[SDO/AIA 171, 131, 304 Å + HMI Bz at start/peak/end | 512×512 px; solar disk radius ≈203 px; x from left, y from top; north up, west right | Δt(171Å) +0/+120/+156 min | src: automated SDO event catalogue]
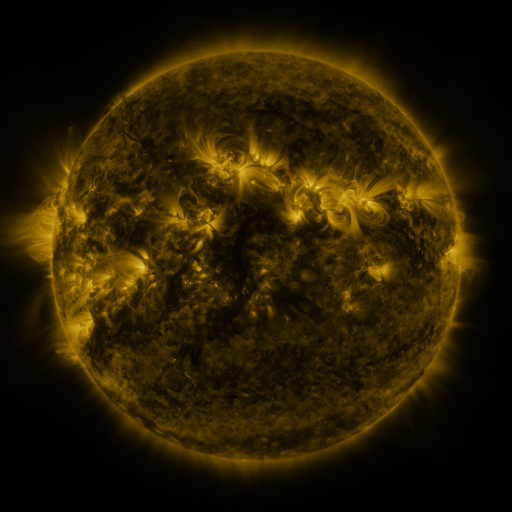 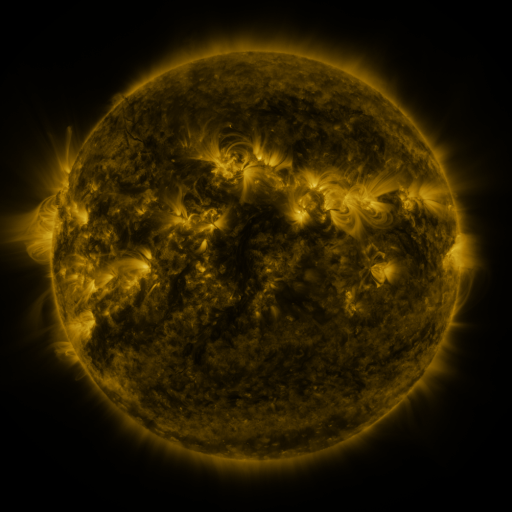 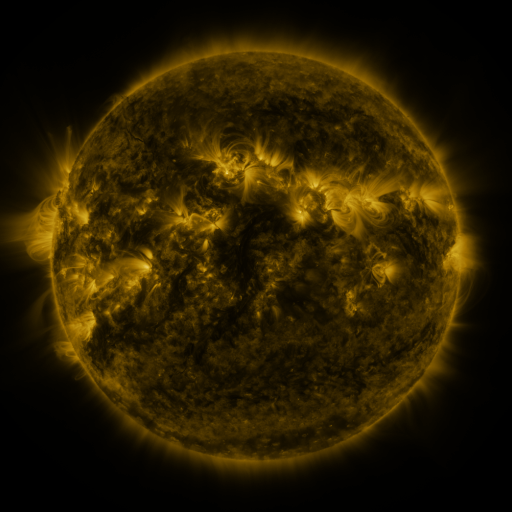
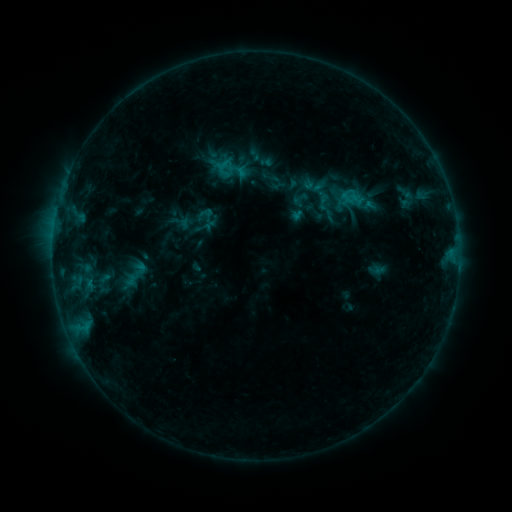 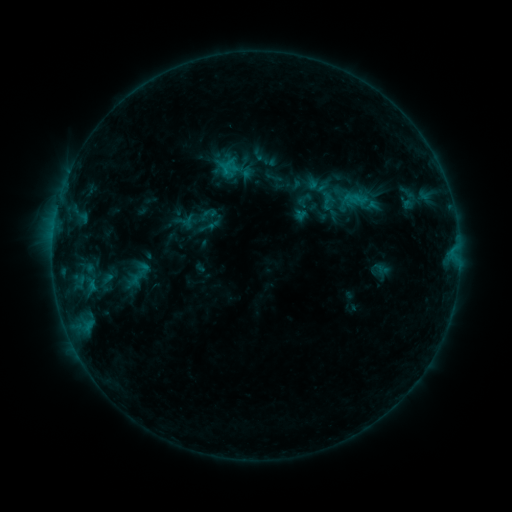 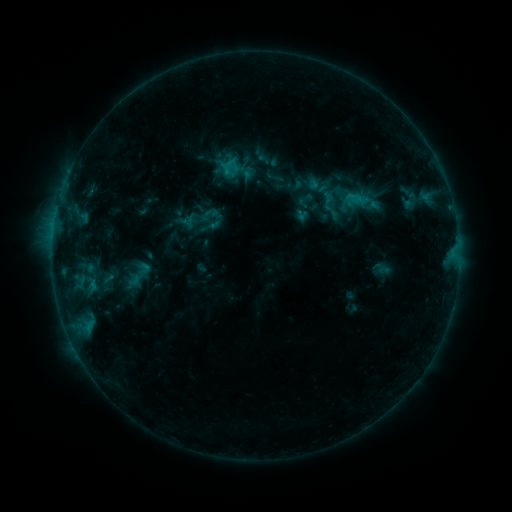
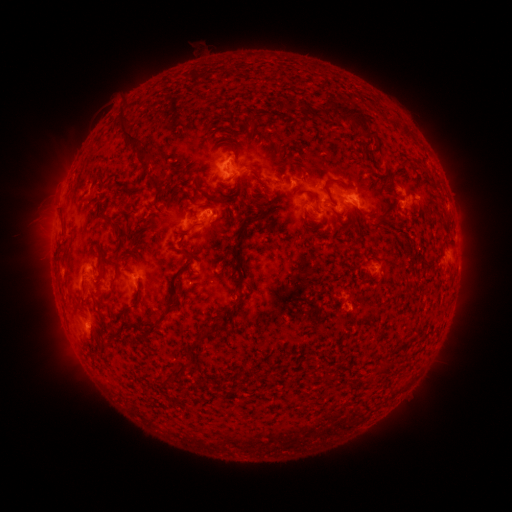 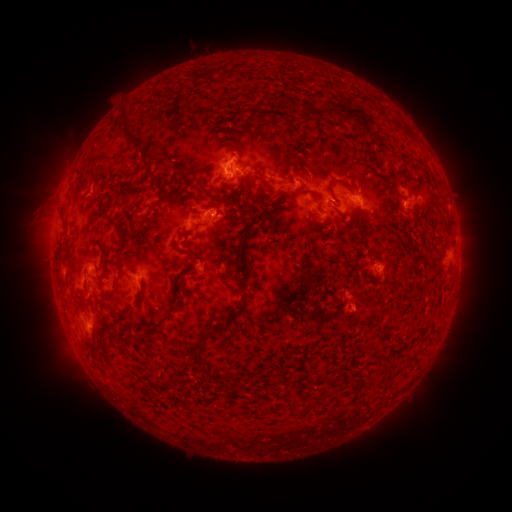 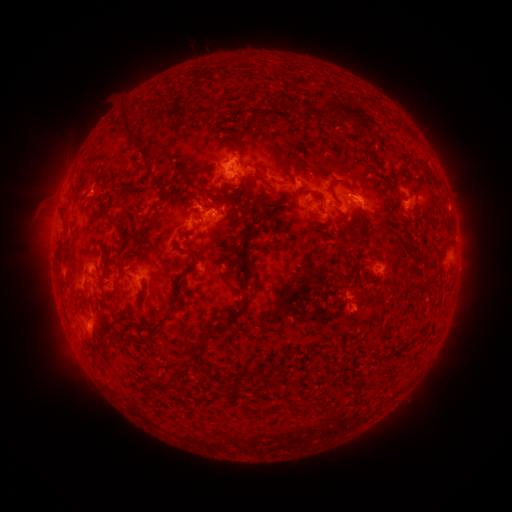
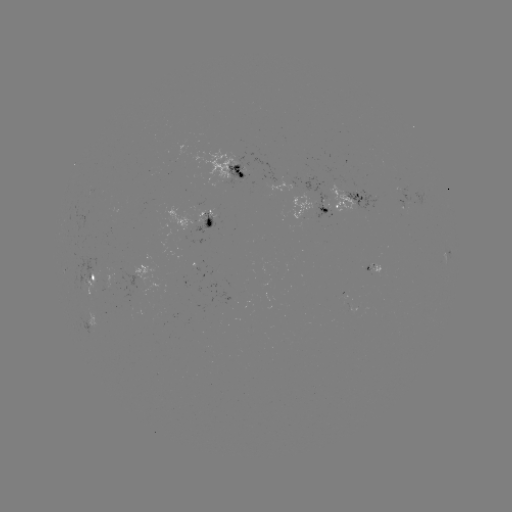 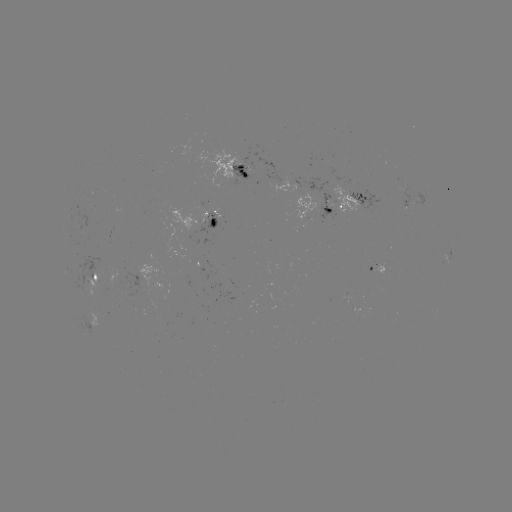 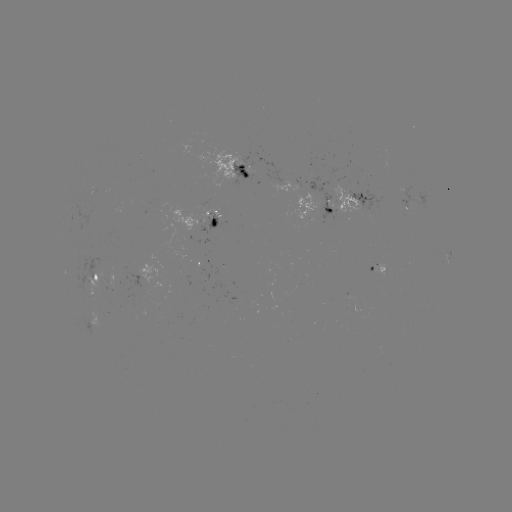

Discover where emerging-flux region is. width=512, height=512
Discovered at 339,201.